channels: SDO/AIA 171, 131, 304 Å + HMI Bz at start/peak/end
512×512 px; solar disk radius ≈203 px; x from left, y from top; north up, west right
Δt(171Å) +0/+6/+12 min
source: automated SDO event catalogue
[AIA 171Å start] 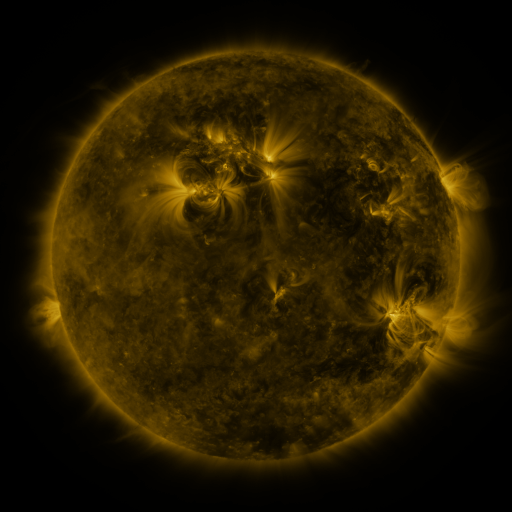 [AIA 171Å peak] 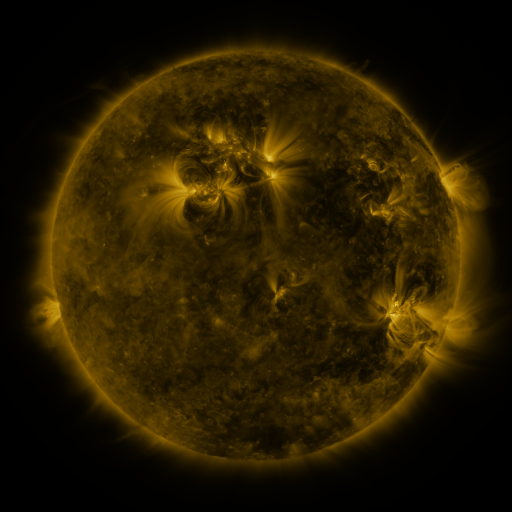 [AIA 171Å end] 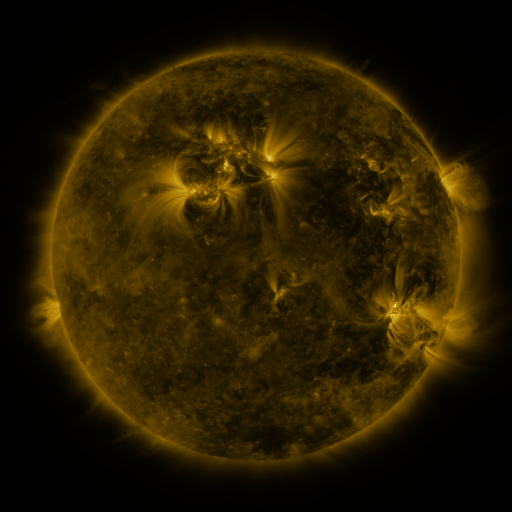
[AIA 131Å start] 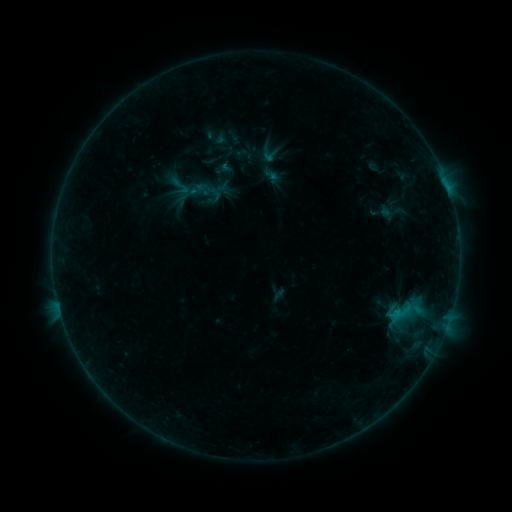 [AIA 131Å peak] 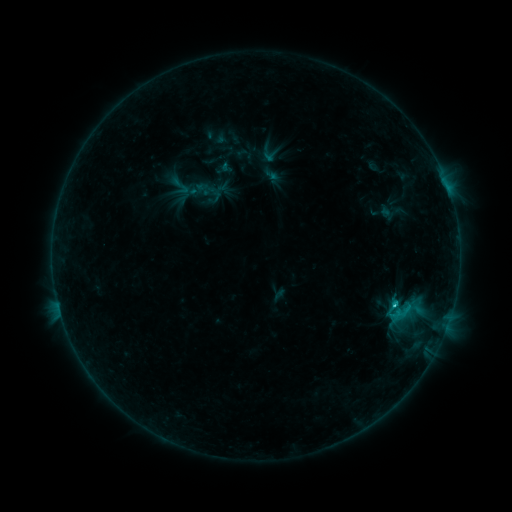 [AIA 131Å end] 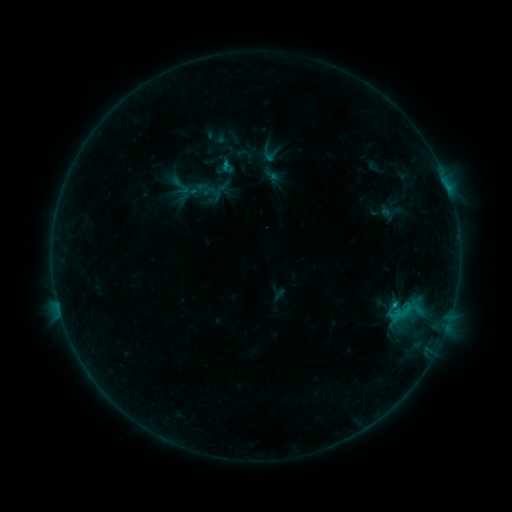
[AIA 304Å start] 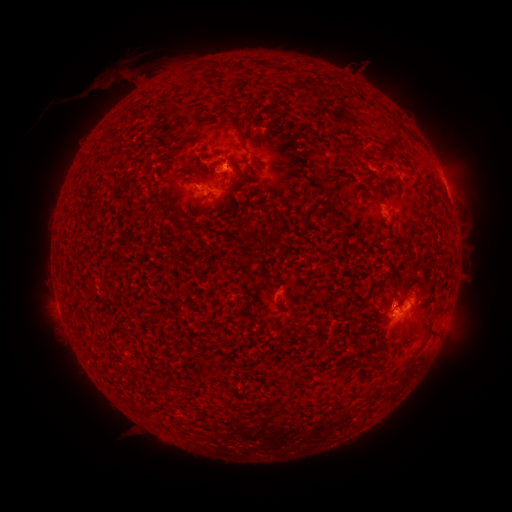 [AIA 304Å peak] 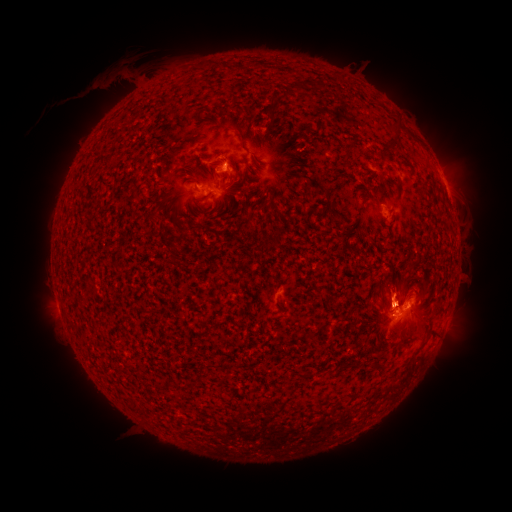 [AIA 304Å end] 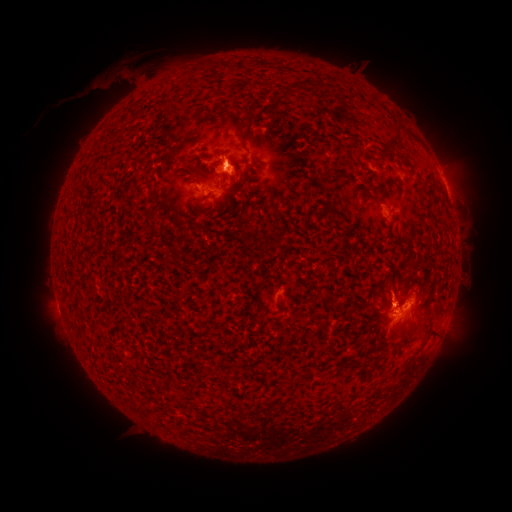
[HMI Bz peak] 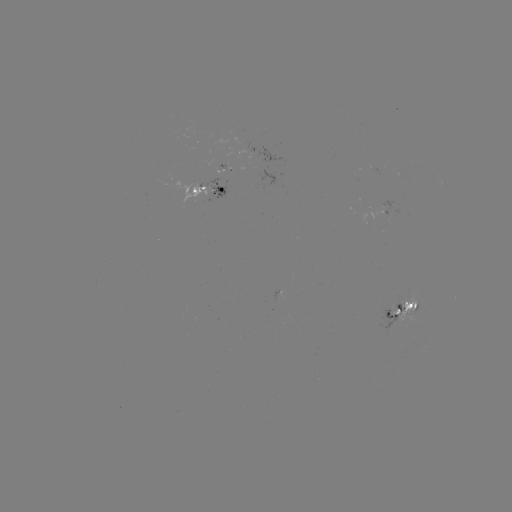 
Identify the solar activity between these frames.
C1.1 flare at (393, 301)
